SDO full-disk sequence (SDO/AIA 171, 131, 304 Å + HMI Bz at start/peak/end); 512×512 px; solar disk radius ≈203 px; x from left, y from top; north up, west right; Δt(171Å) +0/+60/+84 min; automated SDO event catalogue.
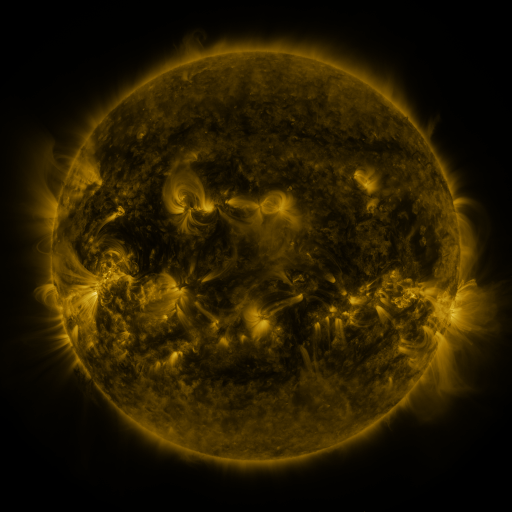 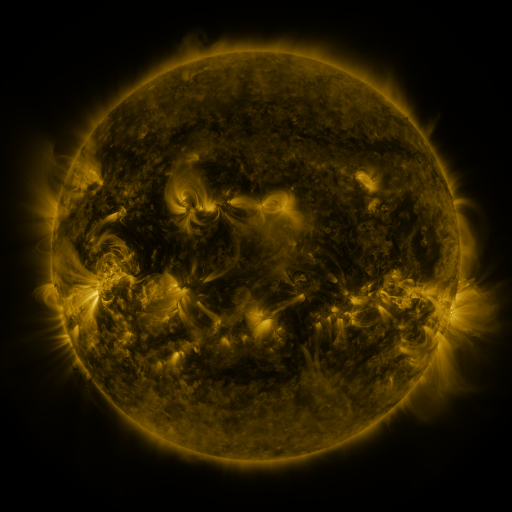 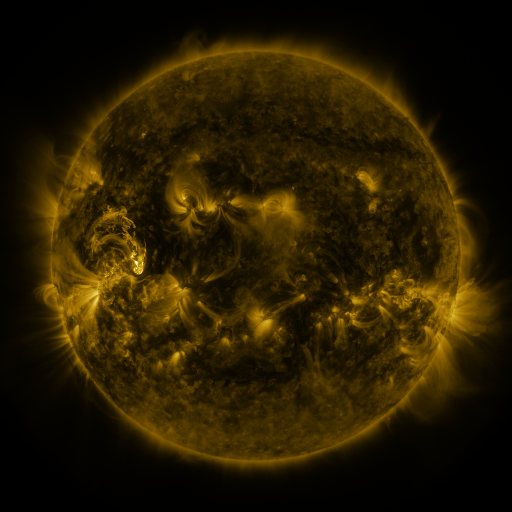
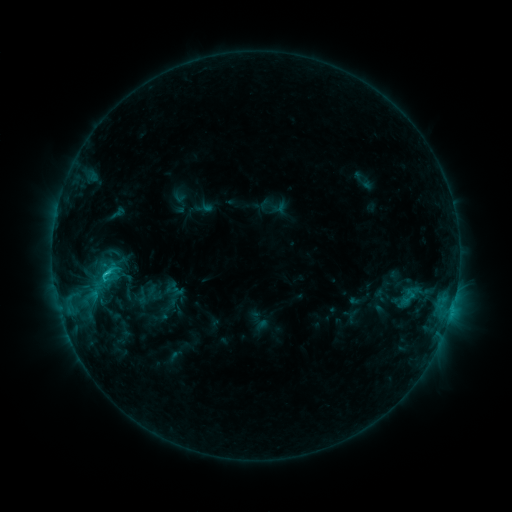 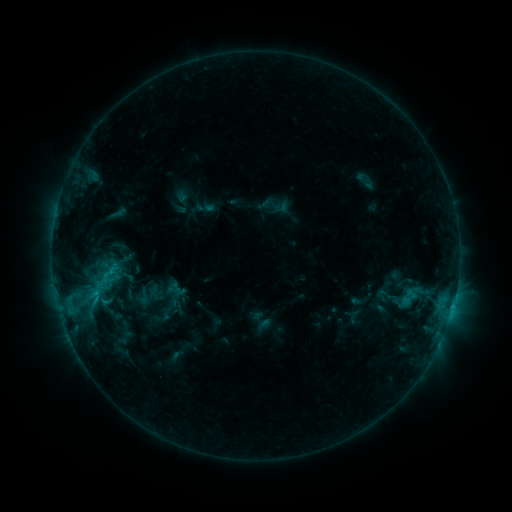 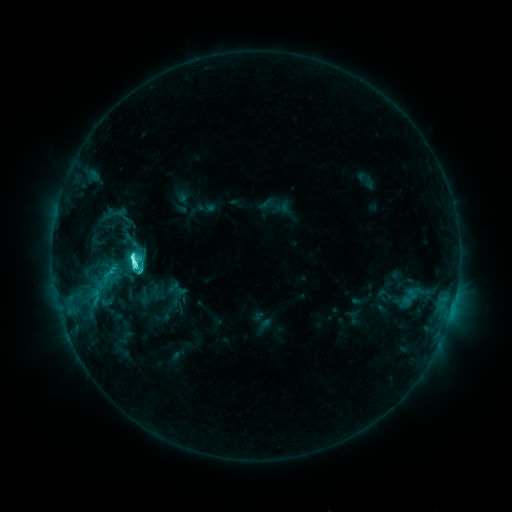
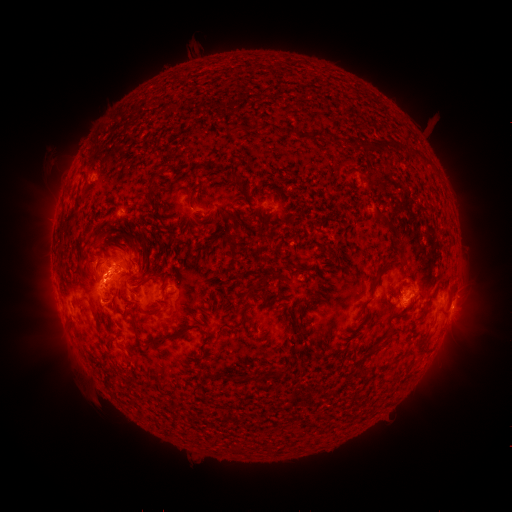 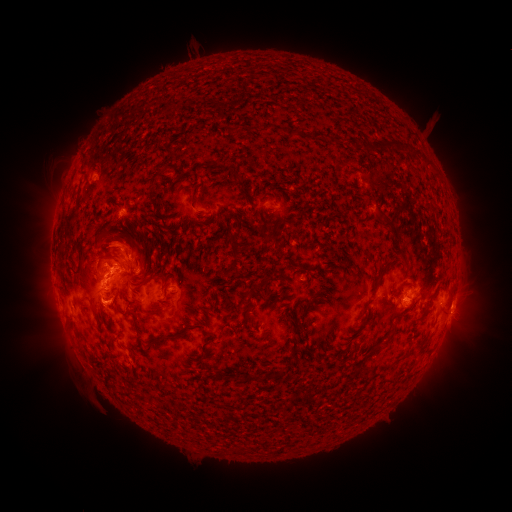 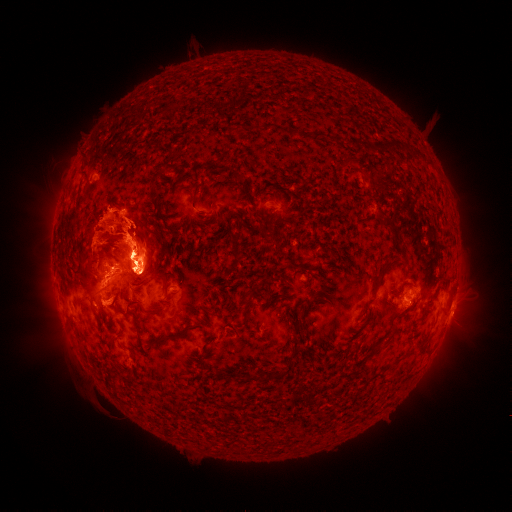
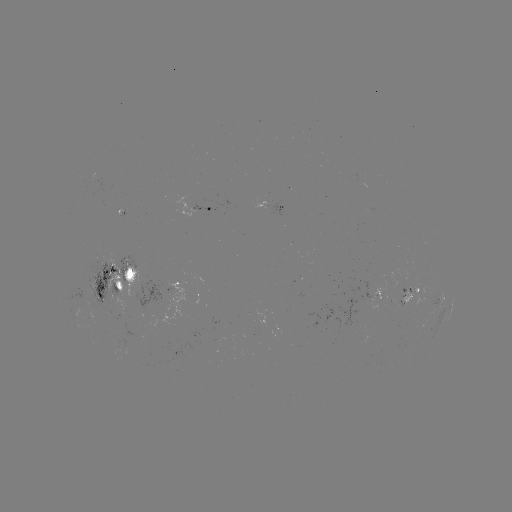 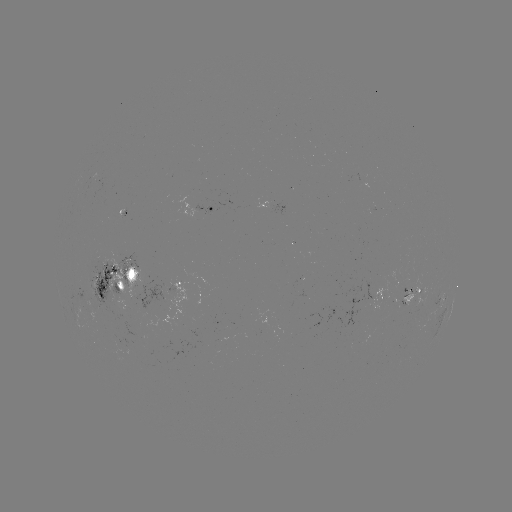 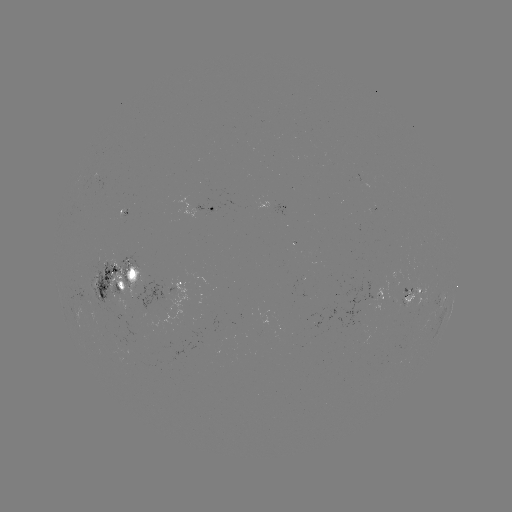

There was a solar emerging-flux region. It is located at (120, 343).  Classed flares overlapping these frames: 1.